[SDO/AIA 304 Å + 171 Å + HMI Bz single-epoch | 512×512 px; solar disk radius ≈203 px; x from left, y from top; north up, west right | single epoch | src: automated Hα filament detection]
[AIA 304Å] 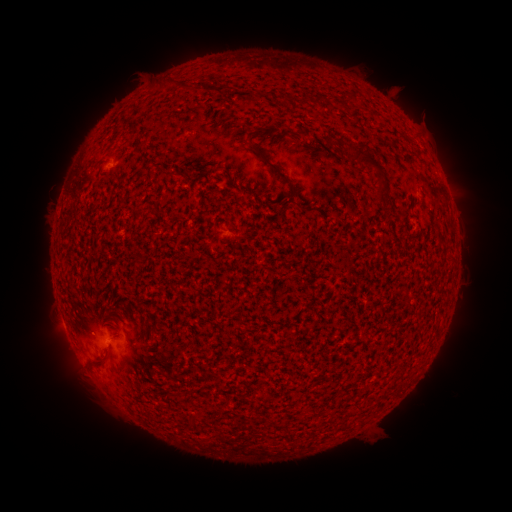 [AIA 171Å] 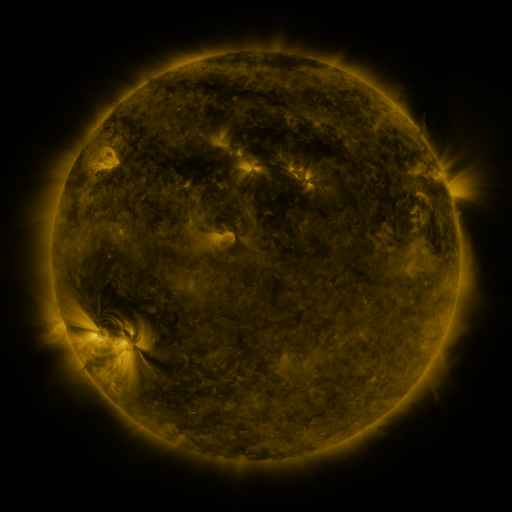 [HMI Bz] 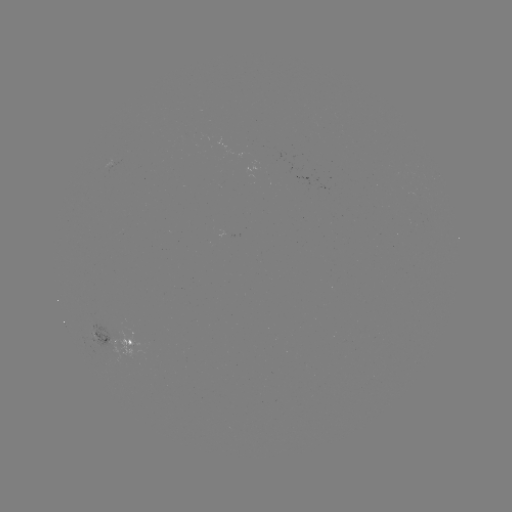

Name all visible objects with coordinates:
filament: (167, 82)
filament: (288, 98)
filament: (317, 99)
filament: (346, 101)
filament: (270, 165)
filament: (378, 169)
filament: (171, 173)
filament: (286, 206)
filament: (439, 232)
filament: (98, 361)
